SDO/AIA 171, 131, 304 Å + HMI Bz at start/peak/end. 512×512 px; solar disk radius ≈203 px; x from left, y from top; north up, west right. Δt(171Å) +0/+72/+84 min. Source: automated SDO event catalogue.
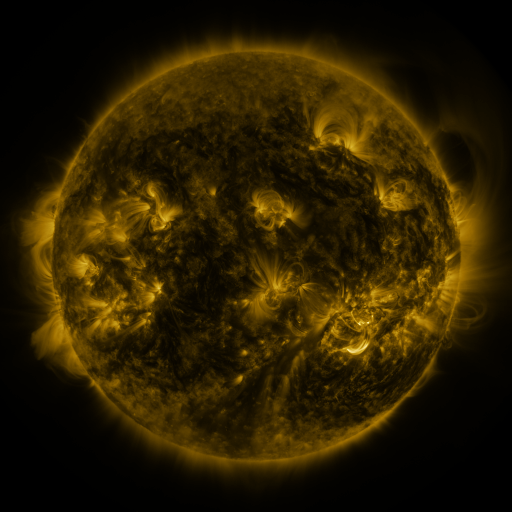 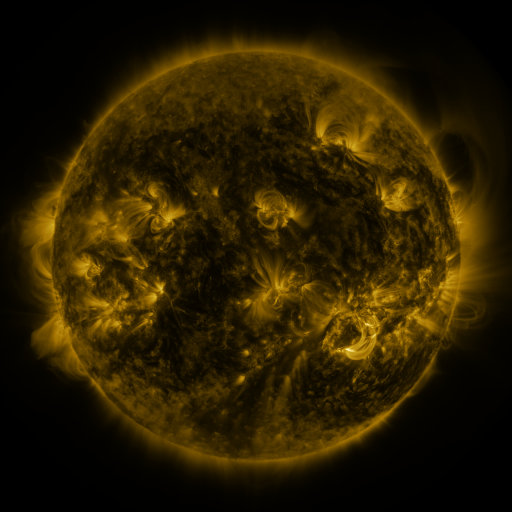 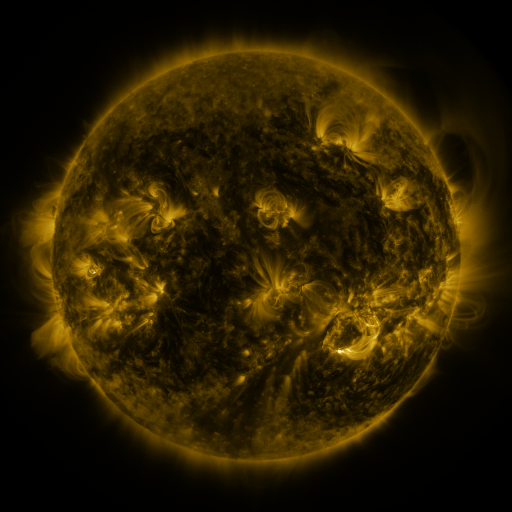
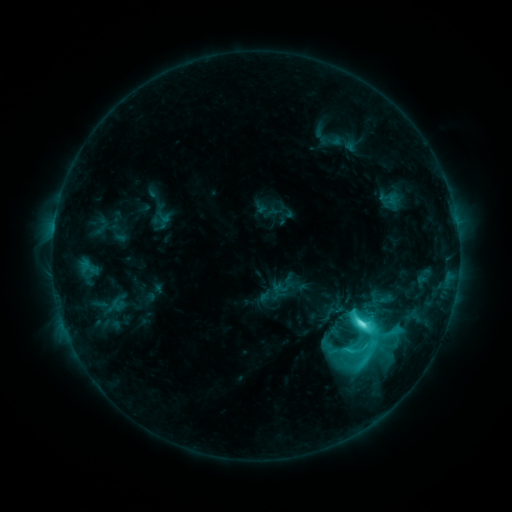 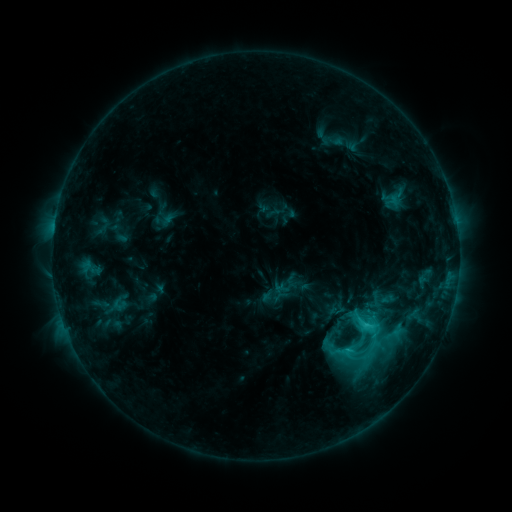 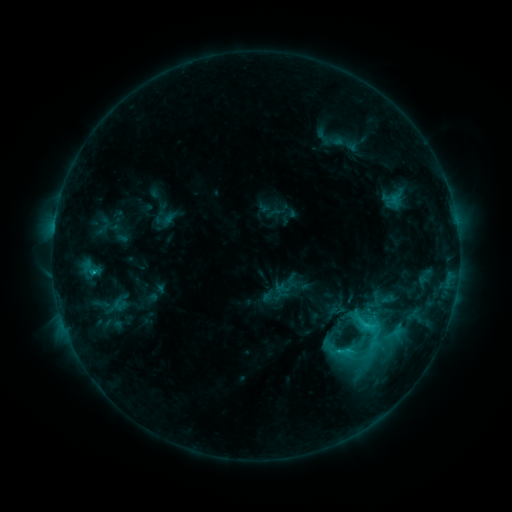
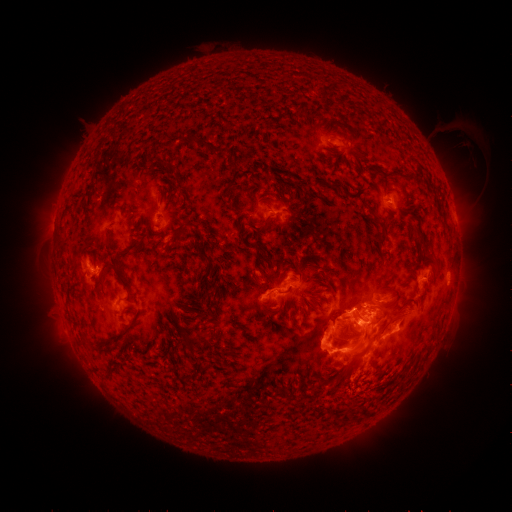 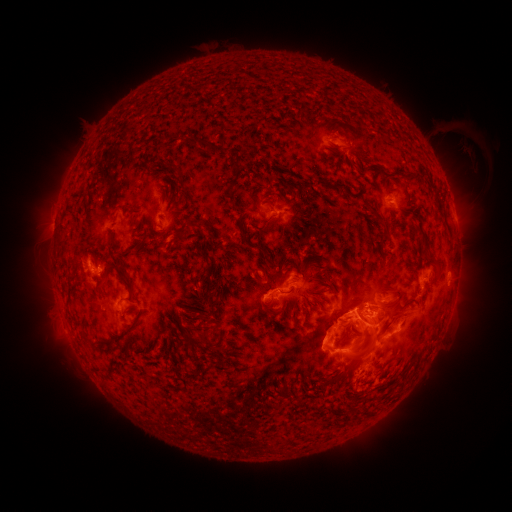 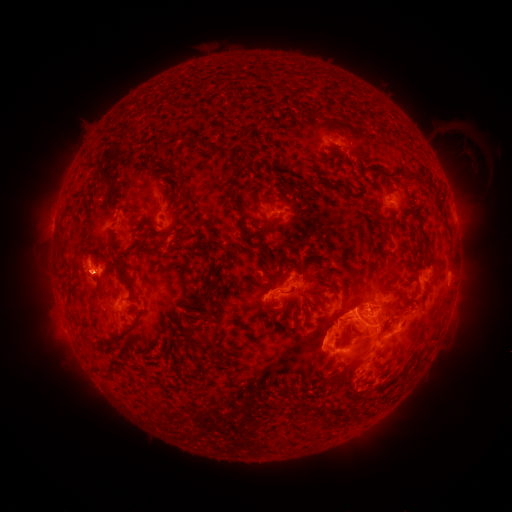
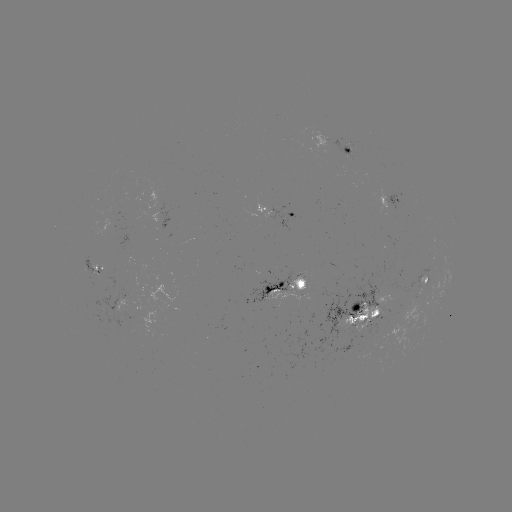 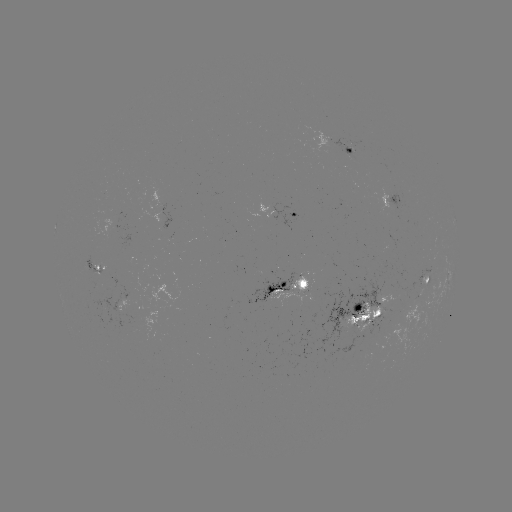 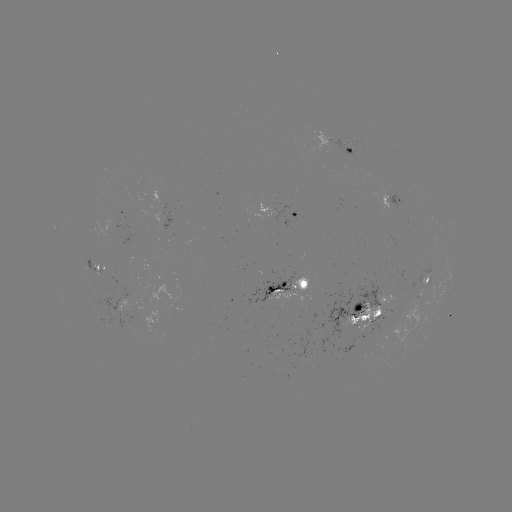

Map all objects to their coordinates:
emerging-flux region: (346, 148)
